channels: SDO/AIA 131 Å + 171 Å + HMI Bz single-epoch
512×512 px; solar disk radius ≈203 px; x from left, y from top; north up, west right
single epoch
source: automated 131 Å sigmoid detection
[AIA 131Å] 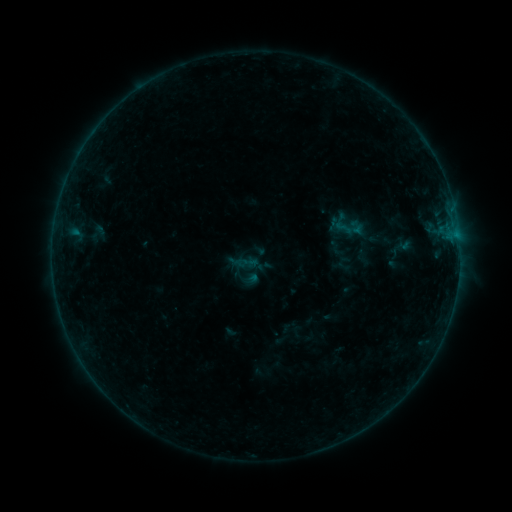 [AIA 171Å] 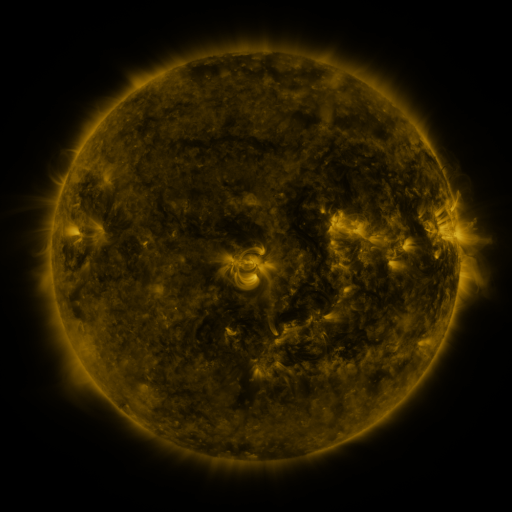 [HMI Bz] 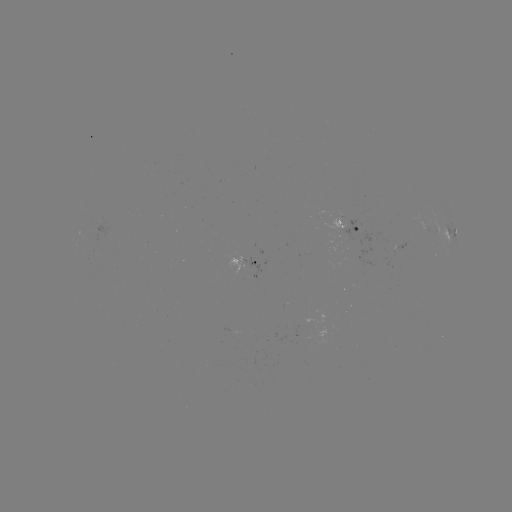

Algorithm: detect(sigmoid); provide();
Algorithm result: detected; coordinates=(337, 248)